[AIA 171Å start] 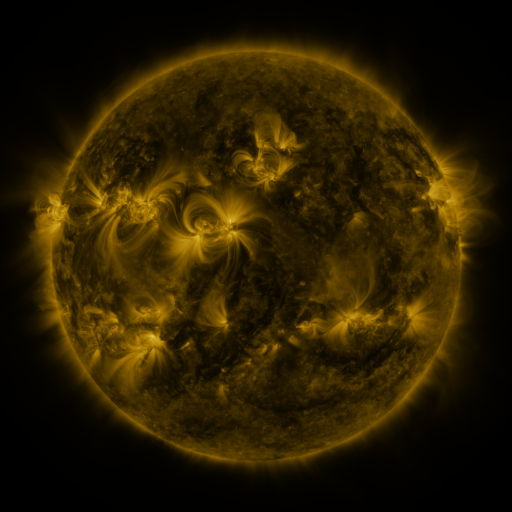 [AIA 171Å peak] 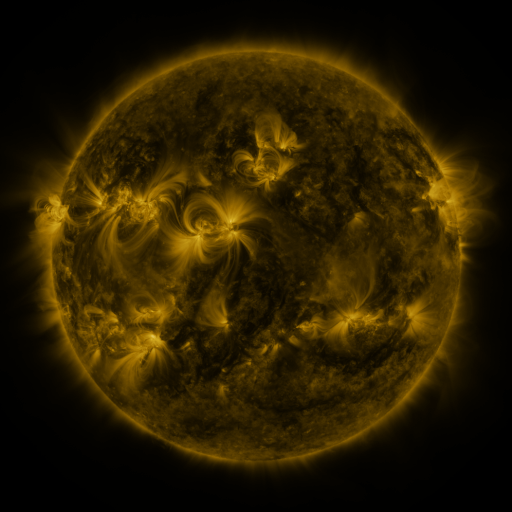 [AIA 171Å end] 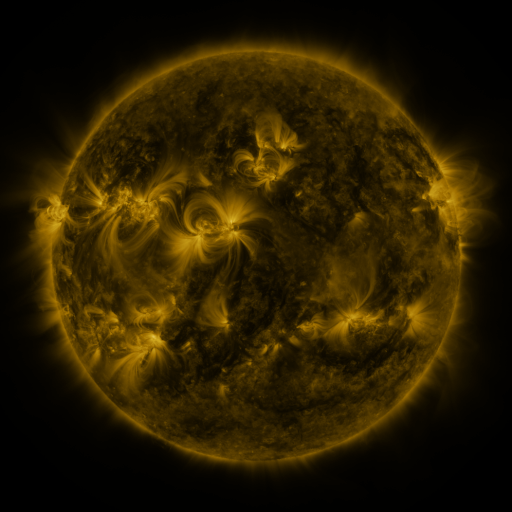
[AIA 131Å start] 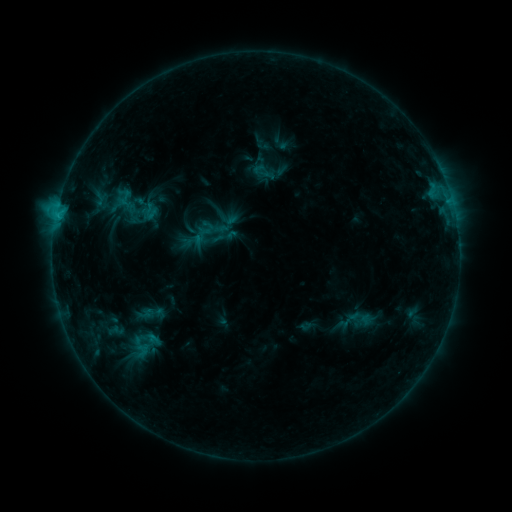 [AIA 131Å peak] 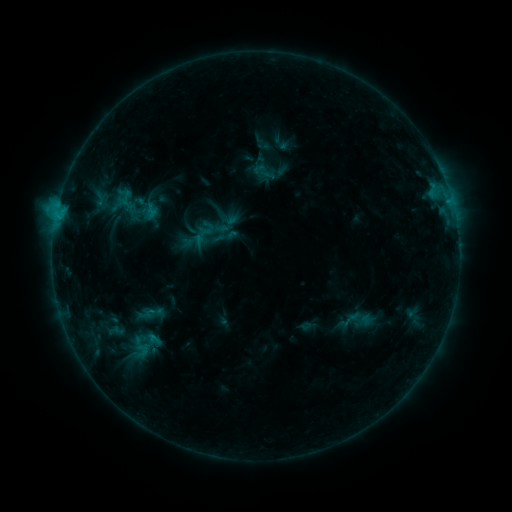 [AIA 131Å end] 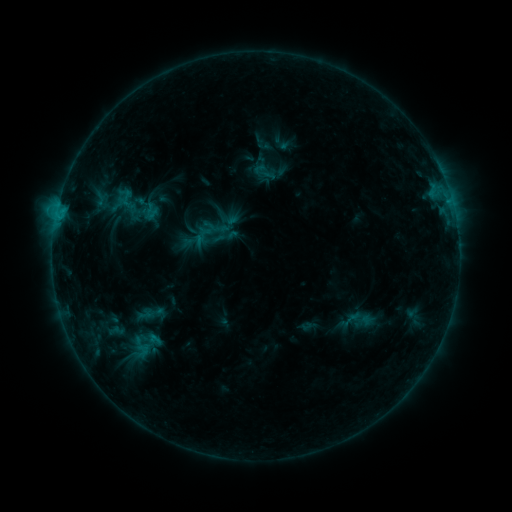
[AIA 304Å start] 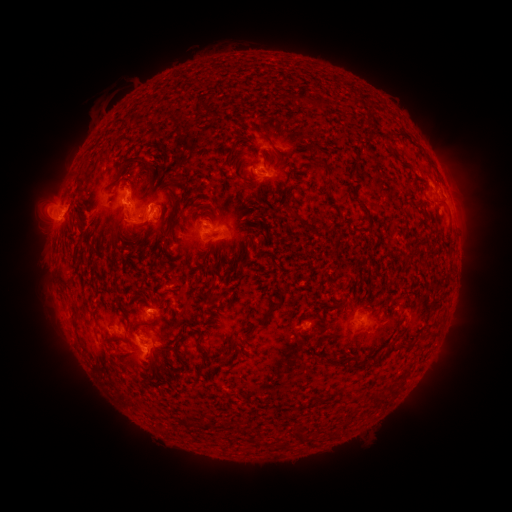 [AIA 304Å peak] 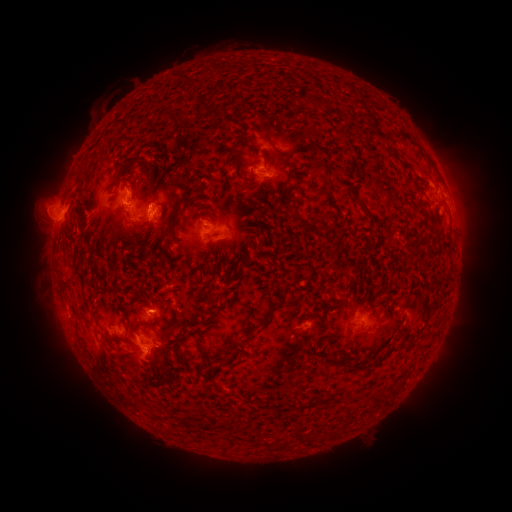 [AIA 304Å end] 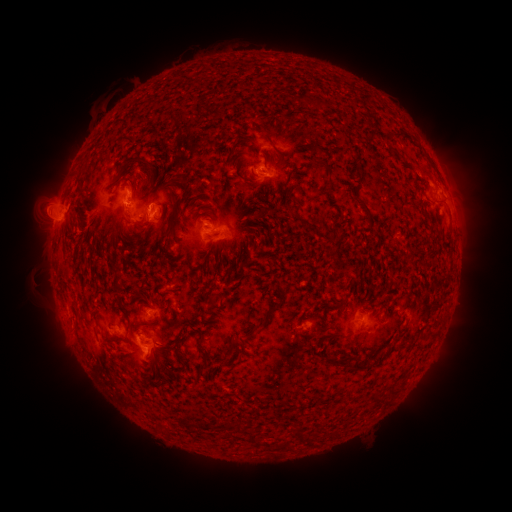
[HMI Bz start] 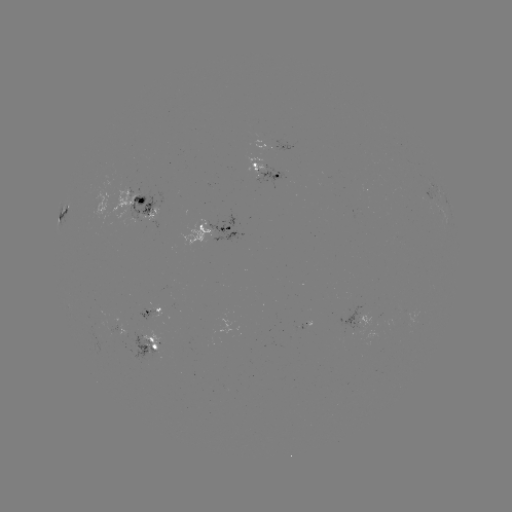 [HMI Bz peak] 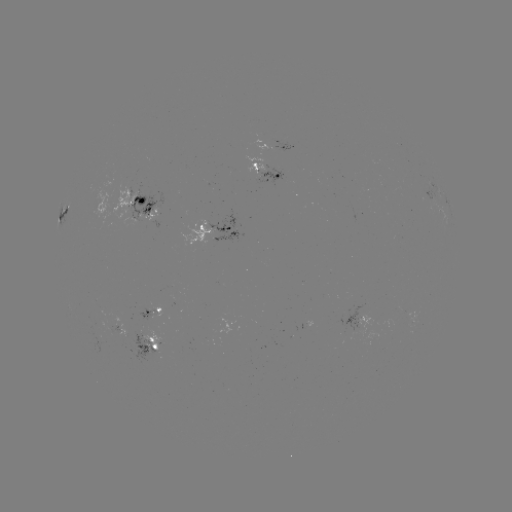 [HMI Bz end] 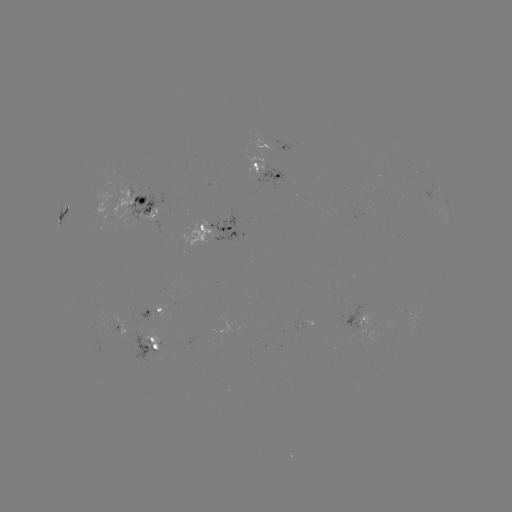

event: eruption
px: (45, 279)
